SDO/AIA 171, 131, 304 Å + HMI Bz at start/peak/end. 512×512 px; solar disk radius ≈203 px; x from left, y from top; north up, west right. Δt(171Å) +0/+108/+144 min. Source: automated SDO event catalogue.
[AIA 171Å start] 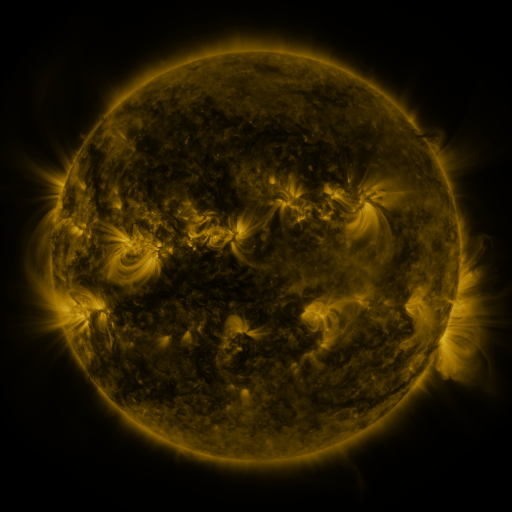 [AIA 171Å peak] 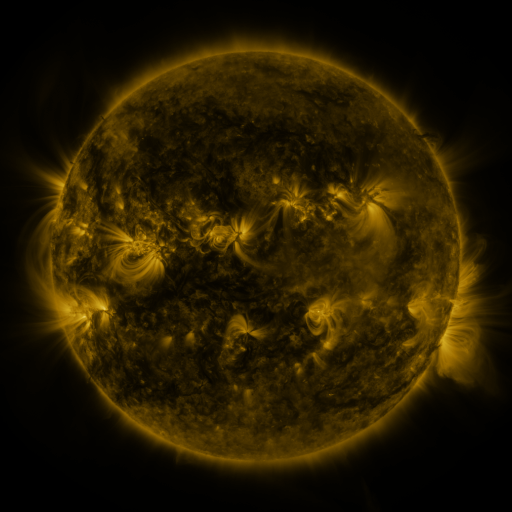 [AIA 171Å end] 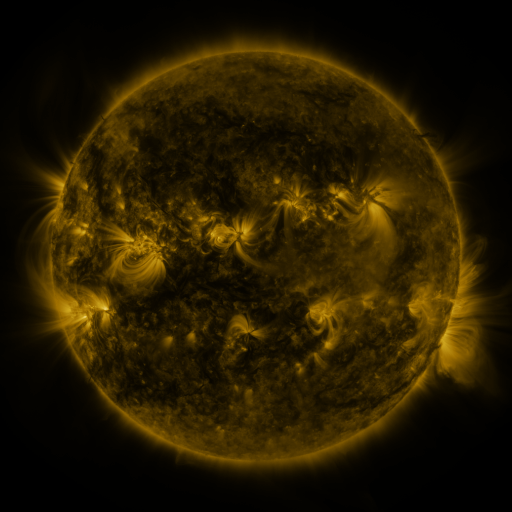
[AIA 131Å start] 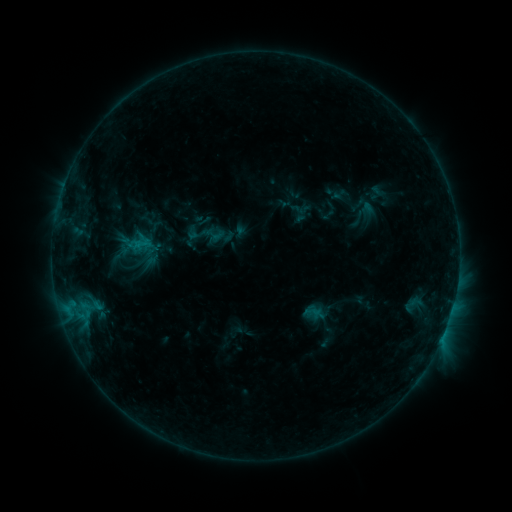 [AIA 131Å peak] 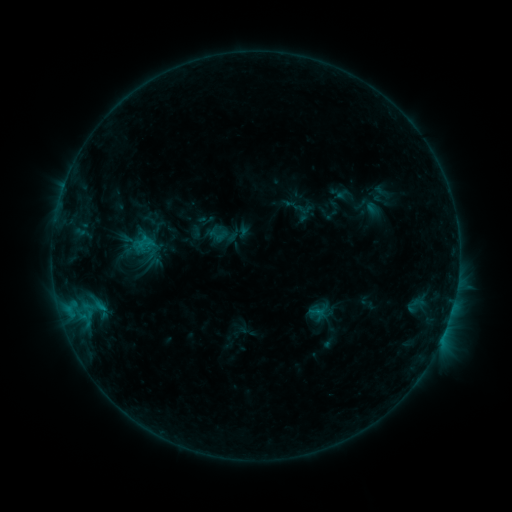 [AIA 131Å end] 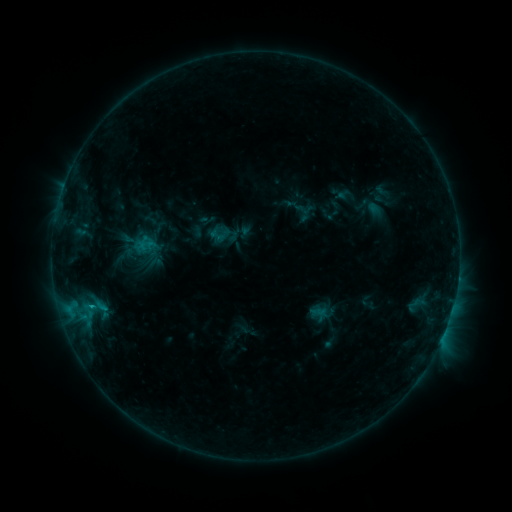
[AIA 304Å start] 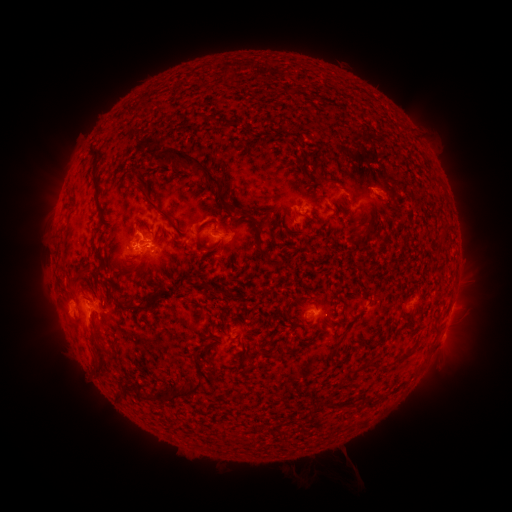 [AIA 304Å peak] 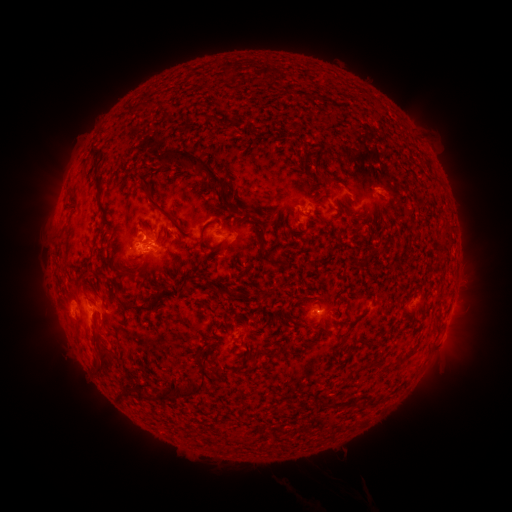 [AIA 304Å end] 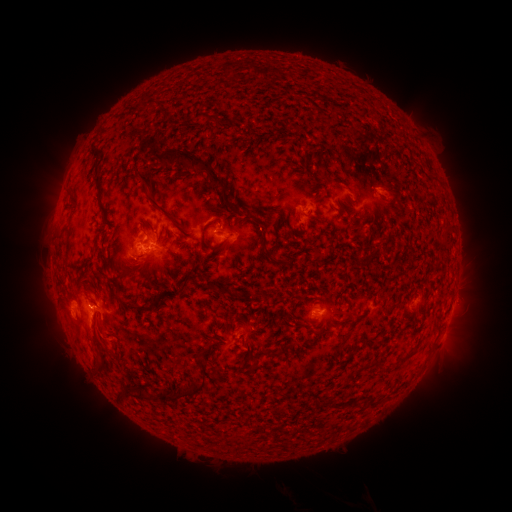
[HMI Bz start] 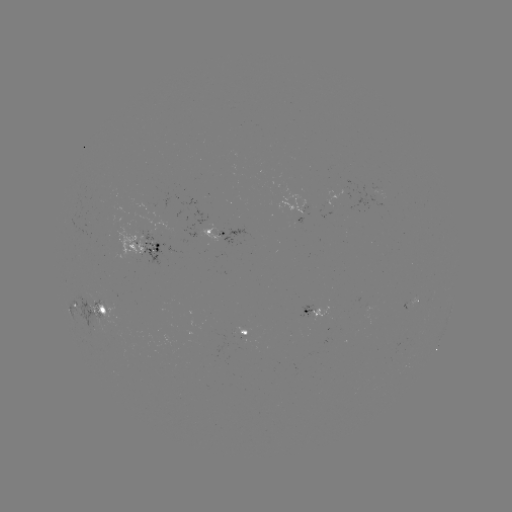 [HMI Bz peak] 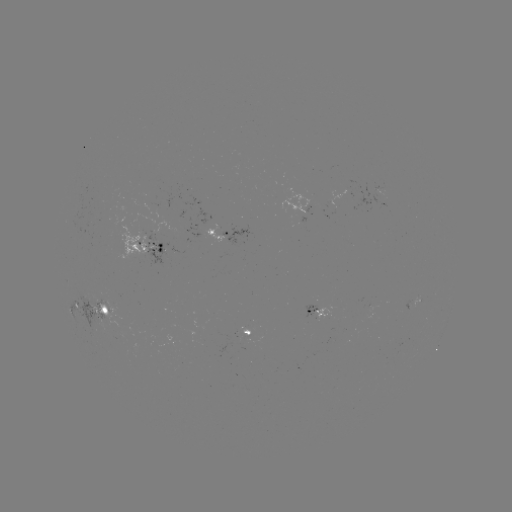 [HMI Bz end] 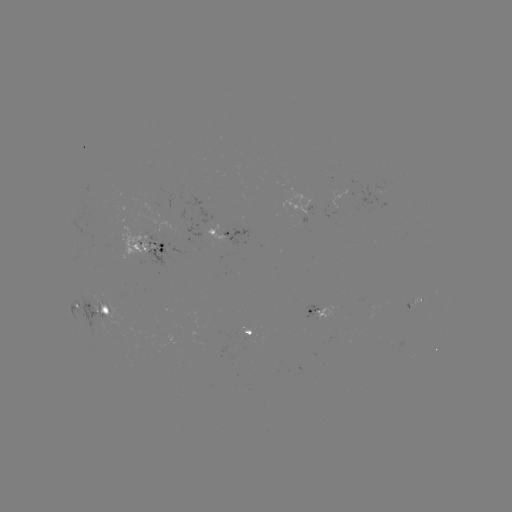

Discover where emerging-flux region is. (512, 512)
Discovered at (138, 250).